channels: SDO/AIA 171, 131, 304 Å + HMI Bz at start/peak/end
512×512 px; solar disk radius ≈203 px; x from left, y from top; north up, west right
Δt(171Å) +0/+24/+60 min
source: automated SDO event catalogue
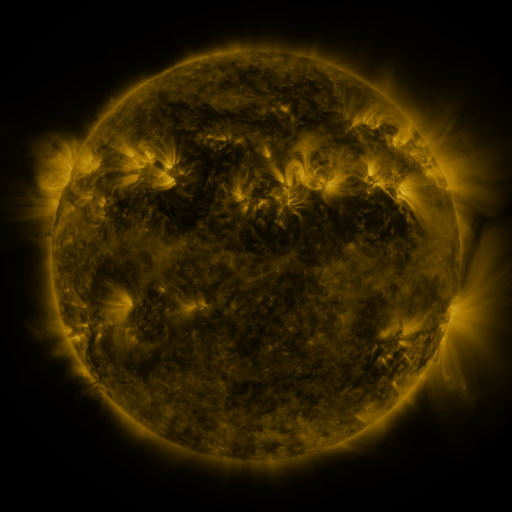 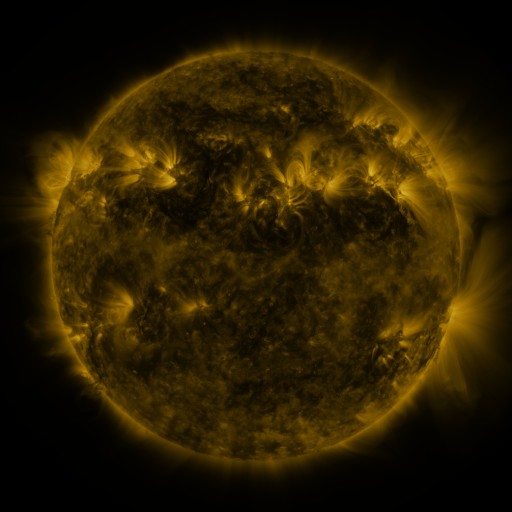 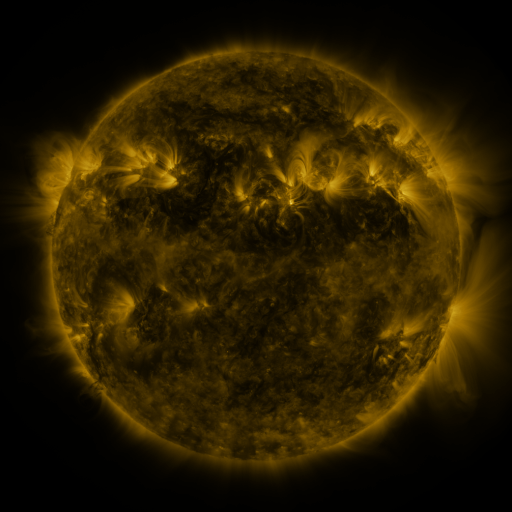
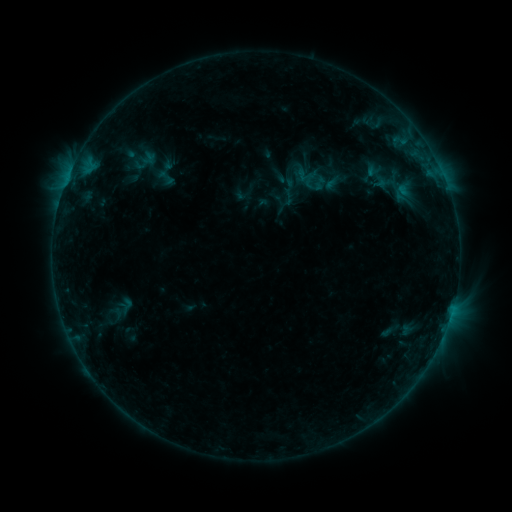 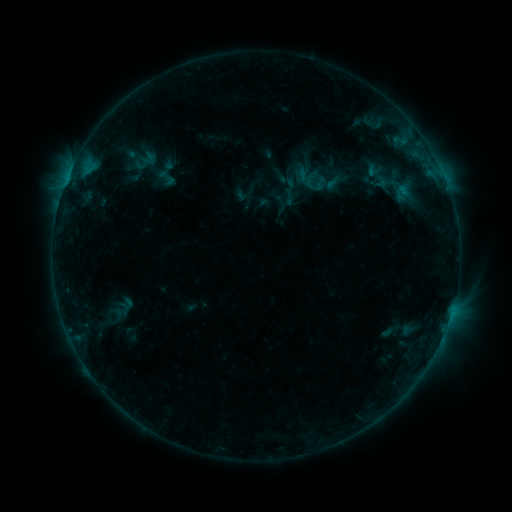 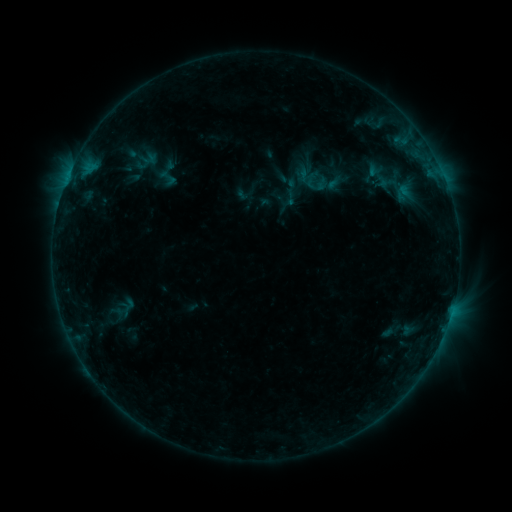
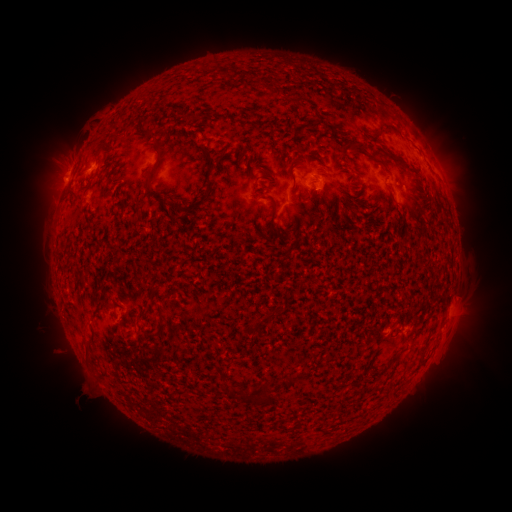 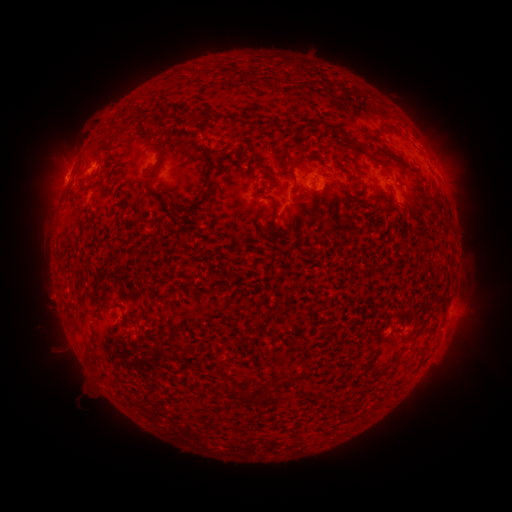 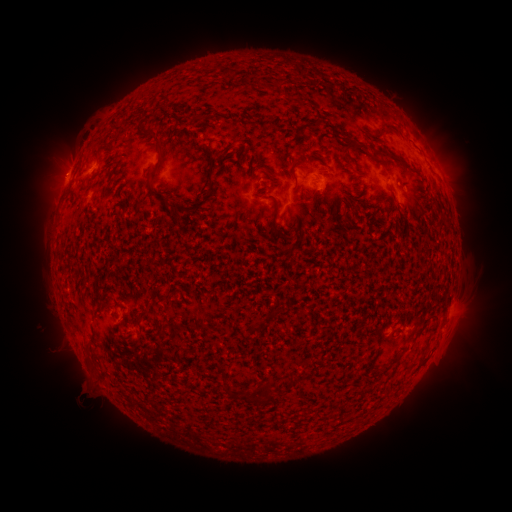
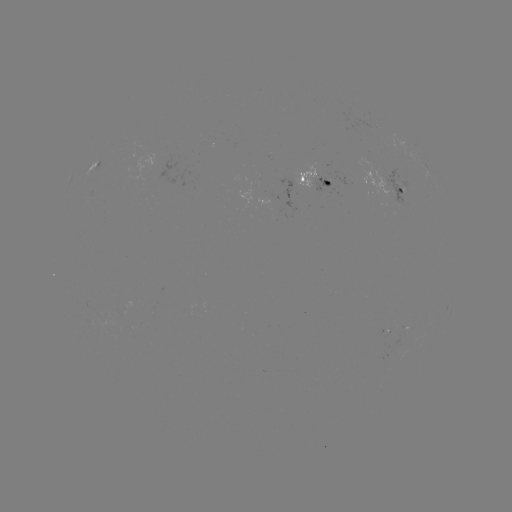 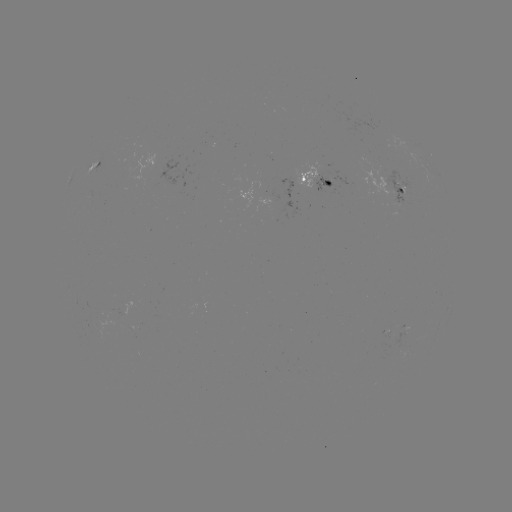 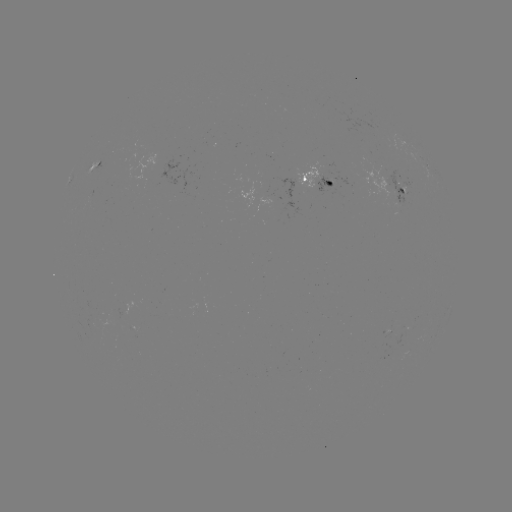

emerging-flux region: [398, 185, 407, 196]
